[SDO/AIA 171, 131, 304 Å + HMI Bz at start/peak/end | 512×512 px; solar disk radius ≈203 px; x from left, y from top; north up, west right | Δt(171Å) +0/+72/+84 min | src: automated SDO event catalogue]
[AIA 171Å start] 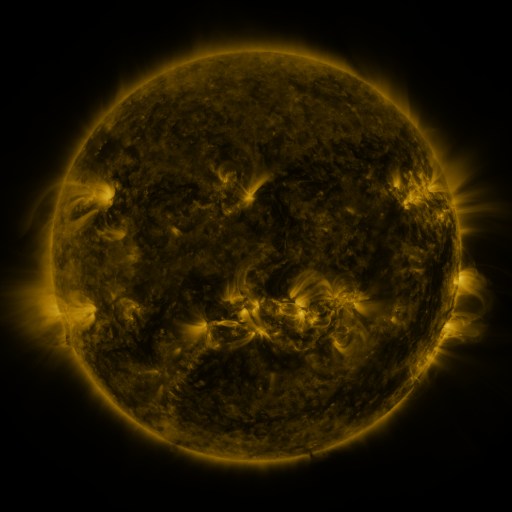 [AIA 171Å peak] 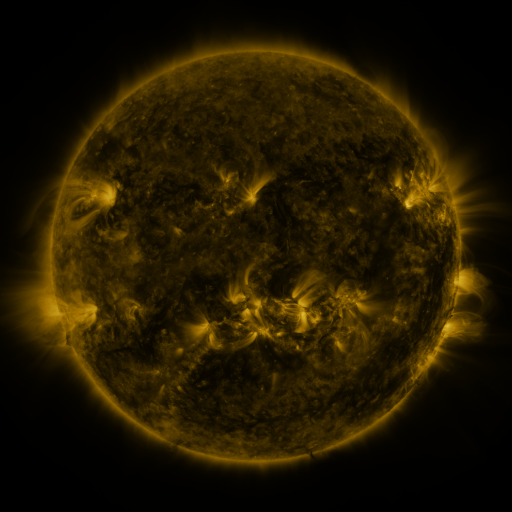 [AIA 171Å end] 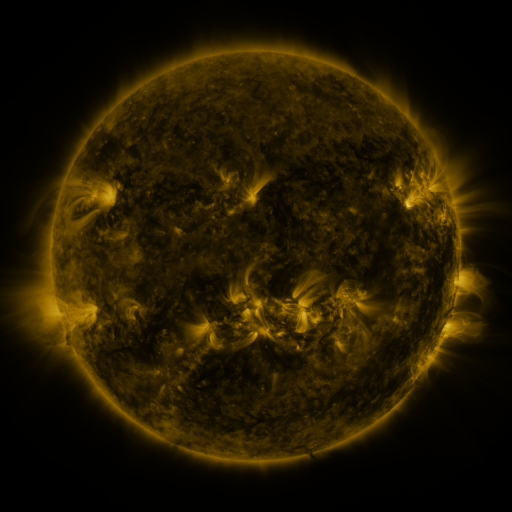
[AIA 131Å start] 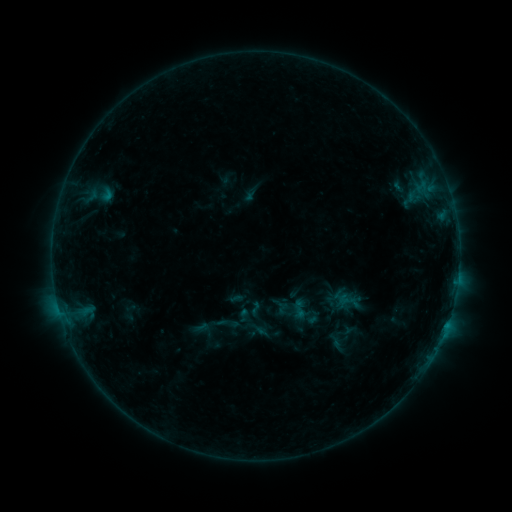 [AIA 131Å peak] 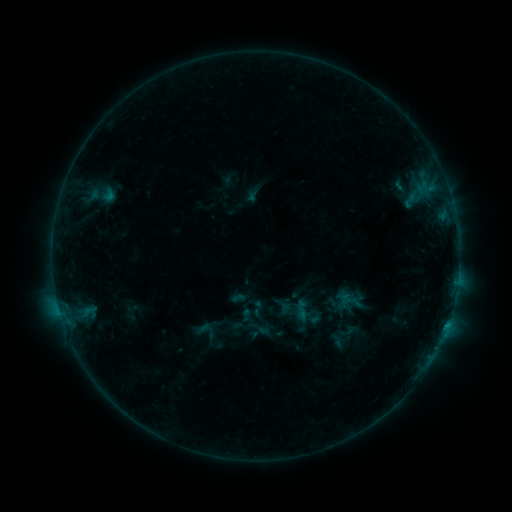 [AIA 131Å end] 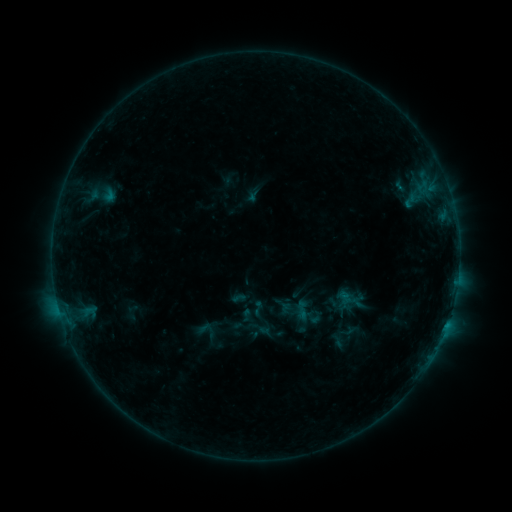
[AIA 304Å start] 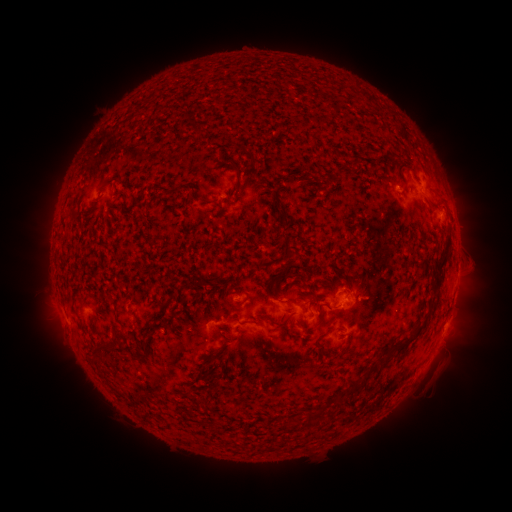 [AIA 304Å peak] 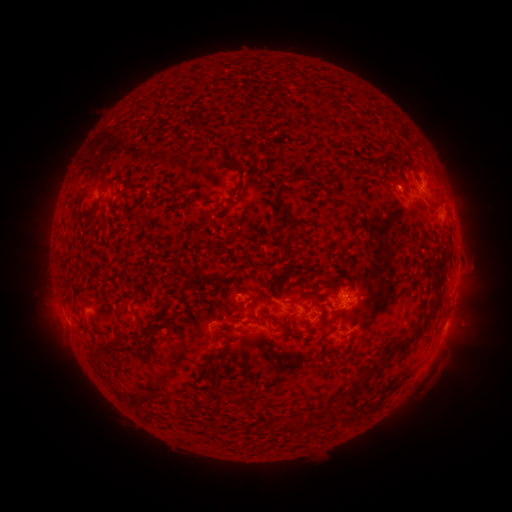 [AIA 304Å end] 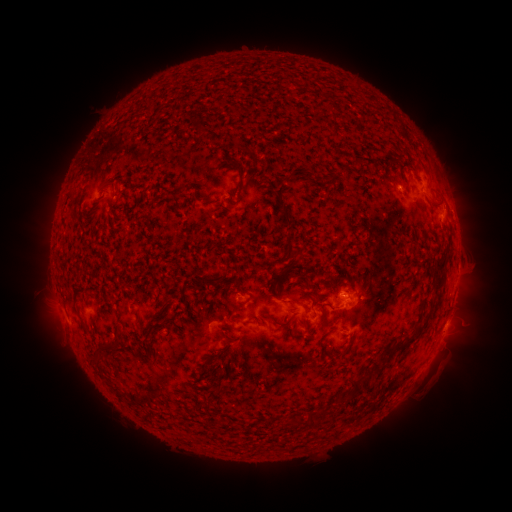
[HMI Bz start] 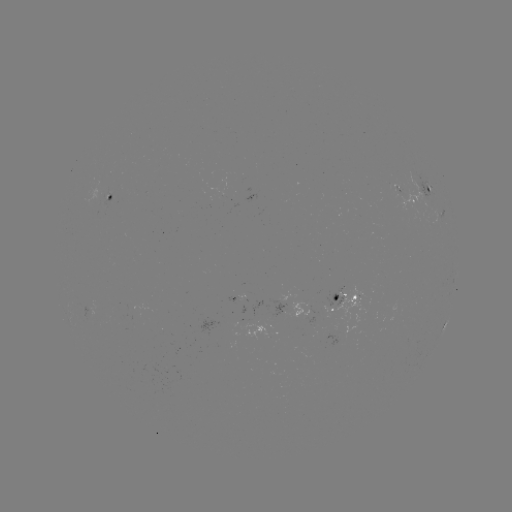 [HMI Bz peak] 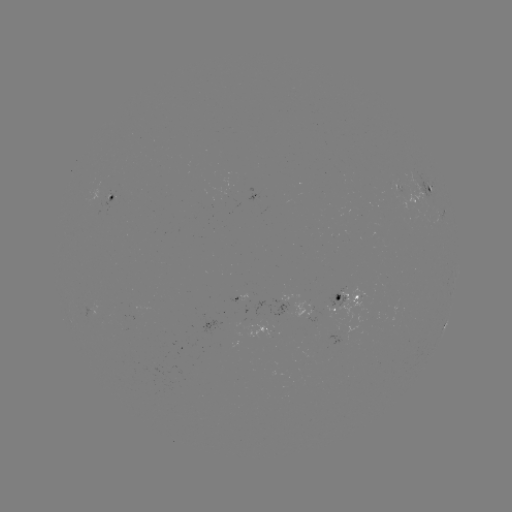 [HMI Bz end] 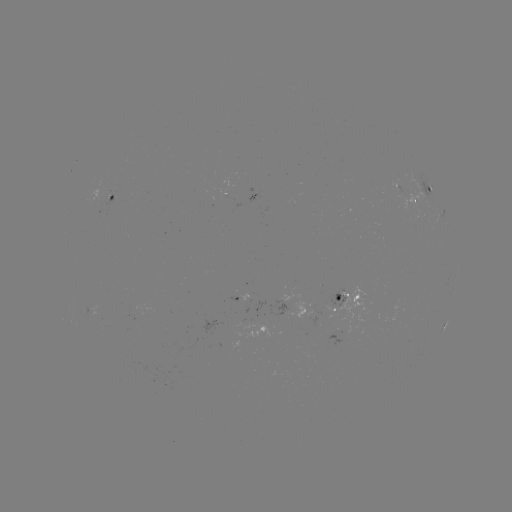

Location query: emerging-flux region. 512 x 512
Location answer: [399, 186].